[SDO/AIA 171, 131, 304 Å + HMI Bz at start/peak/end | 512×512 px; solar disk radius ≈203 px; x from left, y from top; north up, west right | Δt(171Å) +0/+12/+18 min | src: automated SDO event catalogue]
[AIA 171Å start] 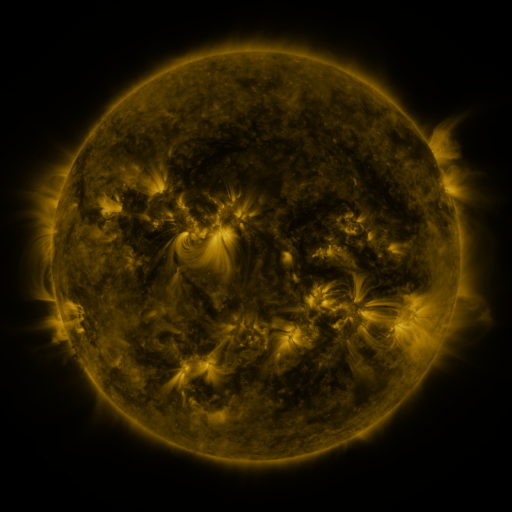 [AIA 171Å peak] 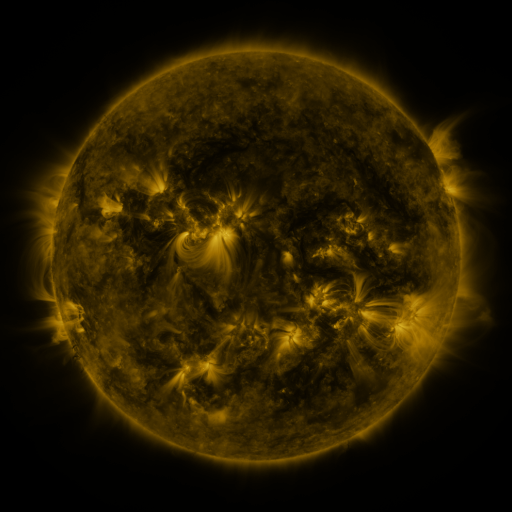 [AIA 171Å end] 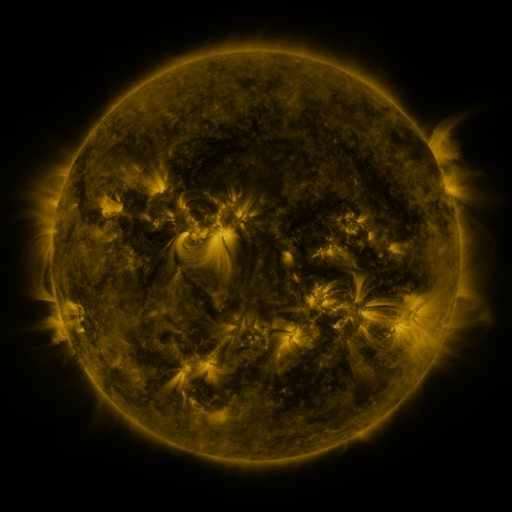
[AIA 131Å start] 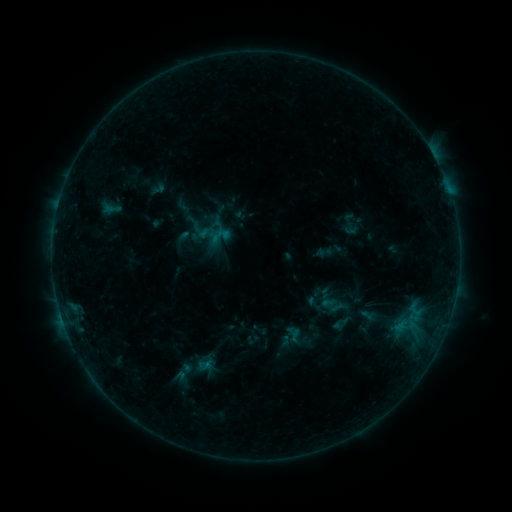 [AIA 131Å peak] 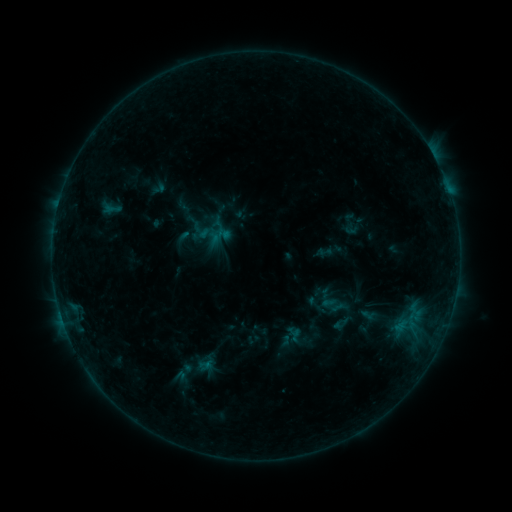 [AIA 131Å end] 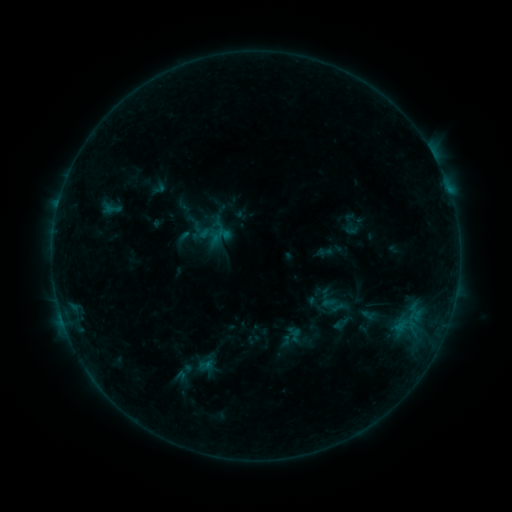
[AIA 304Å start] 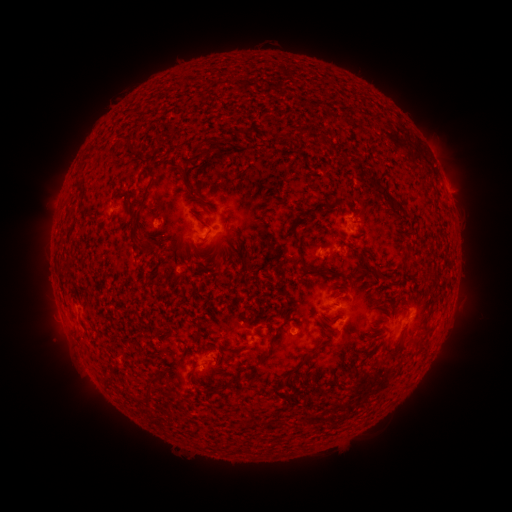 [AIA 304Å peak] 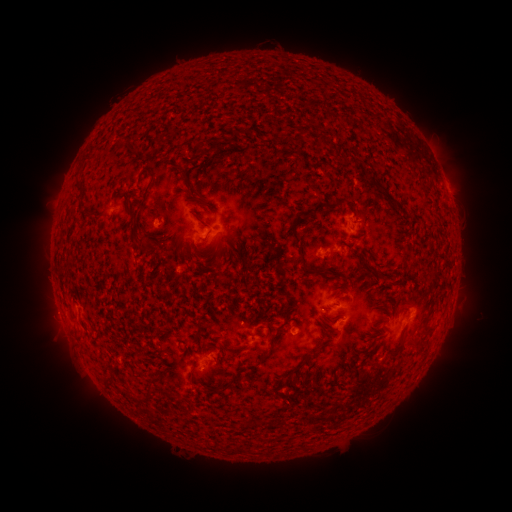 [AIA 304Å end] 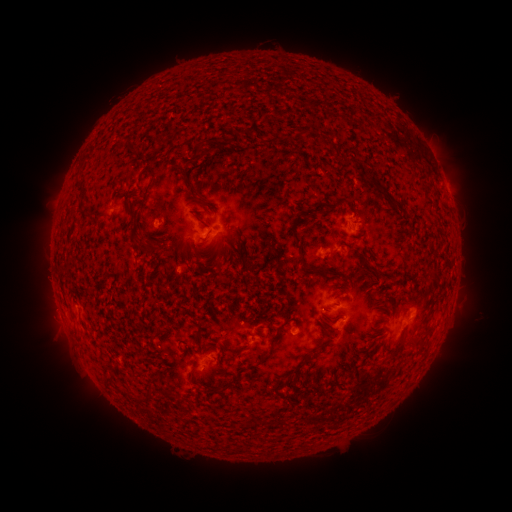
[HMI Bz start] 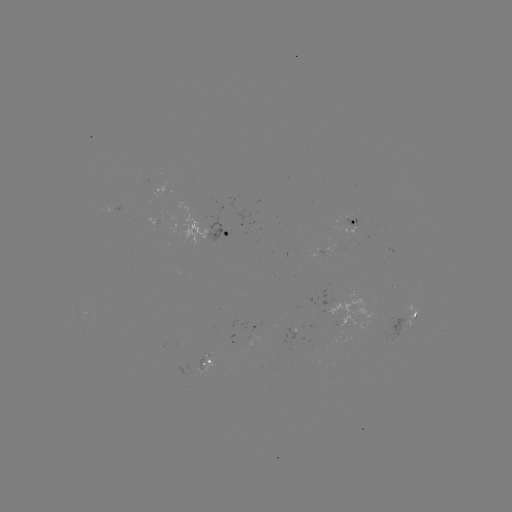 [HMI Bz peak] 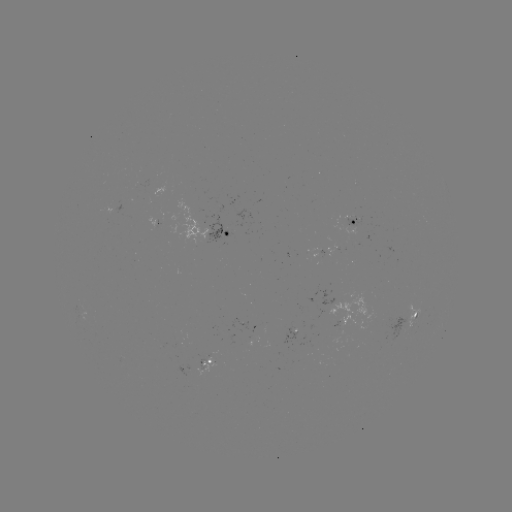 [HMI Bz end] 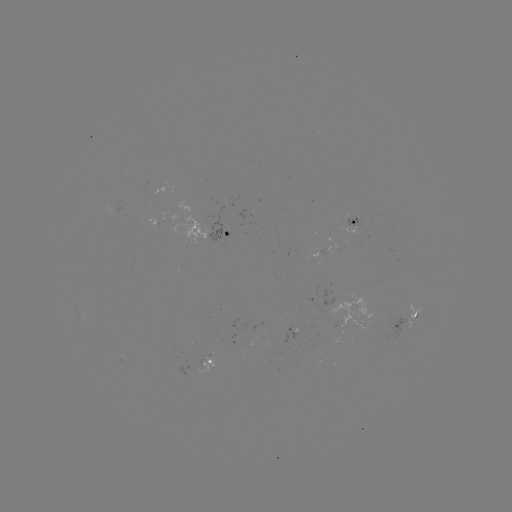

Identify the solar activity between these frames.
nothing was catalogued: no classed flare, no EUV trigger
